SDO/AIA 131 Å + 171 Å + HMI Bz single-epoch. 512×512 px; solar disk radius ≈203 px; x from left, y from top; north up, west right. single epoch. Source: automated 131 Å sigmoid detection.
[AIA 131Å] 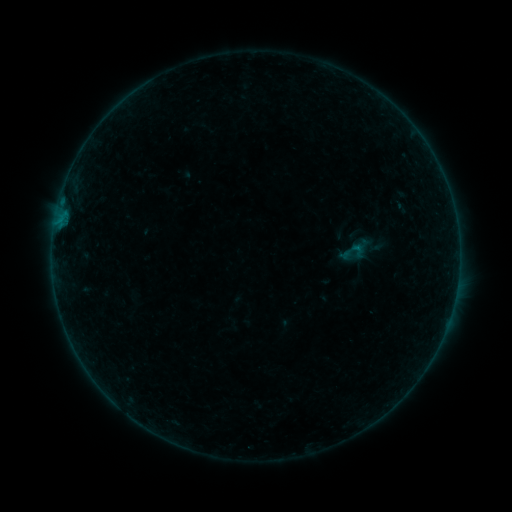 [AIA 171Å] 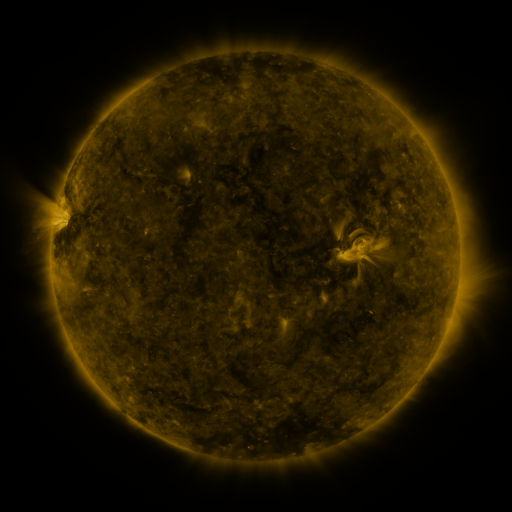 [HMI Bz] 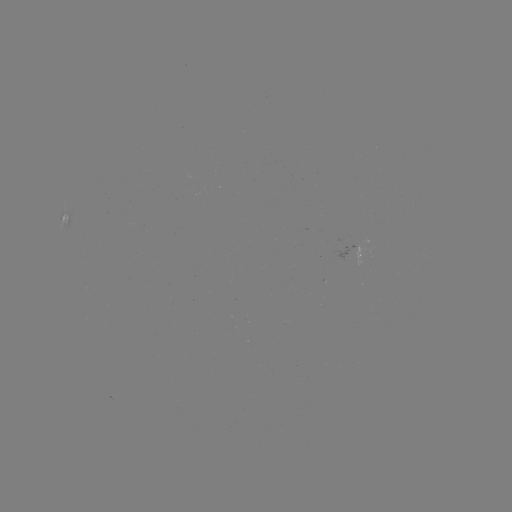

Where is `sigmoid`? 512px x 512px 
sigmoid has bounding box [349, 241, 366, 259].